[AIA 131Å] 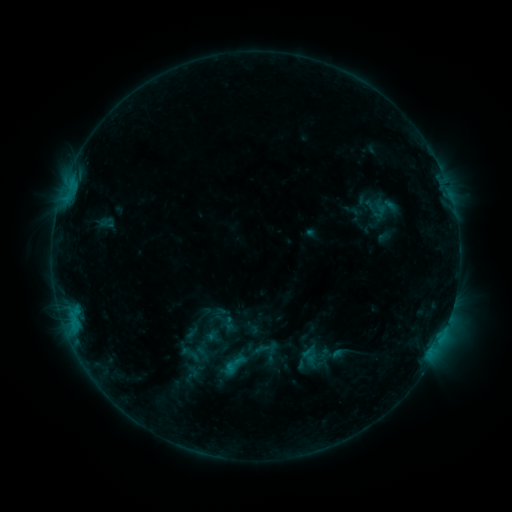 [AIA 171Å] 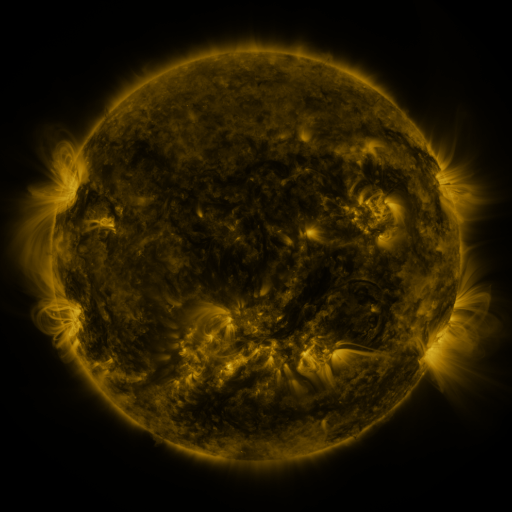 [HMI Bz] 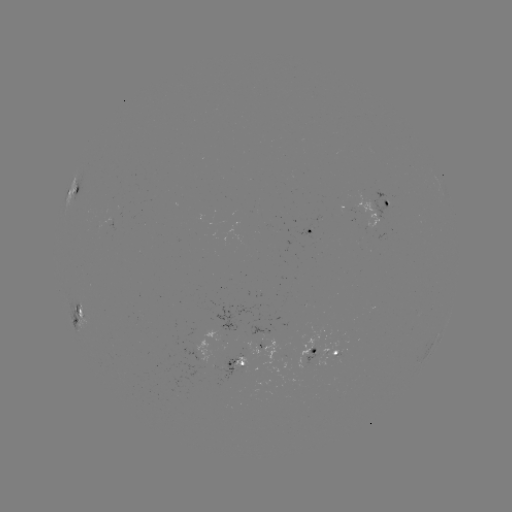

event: sigmoid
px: (233, 365)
